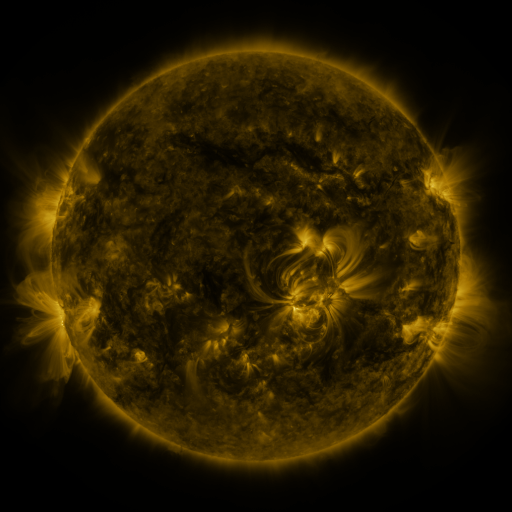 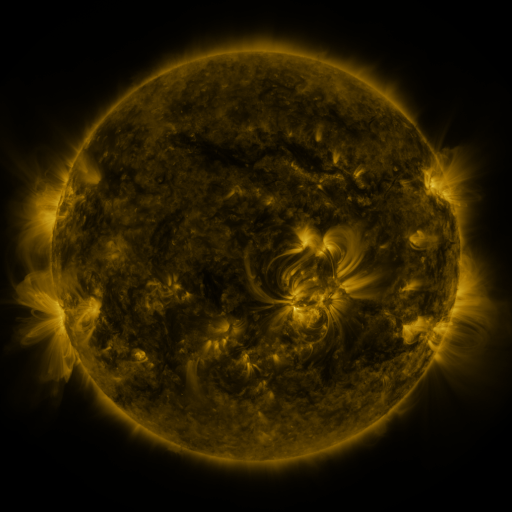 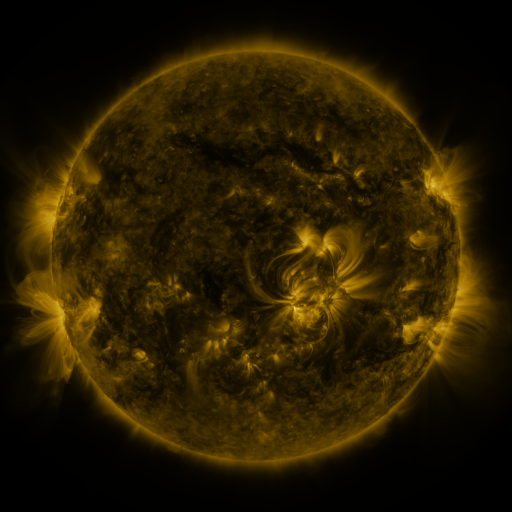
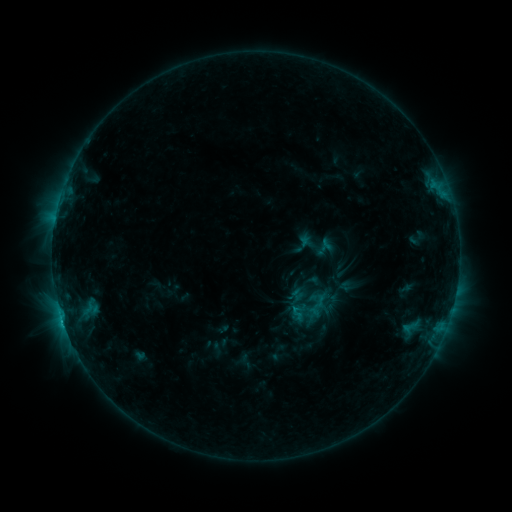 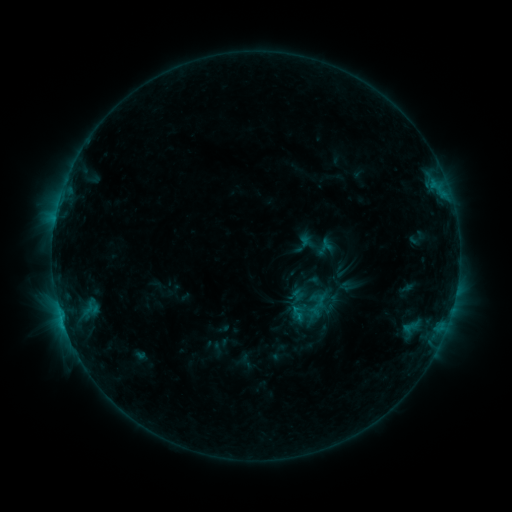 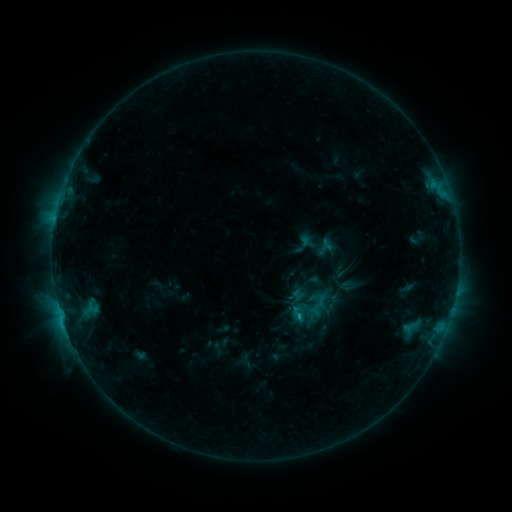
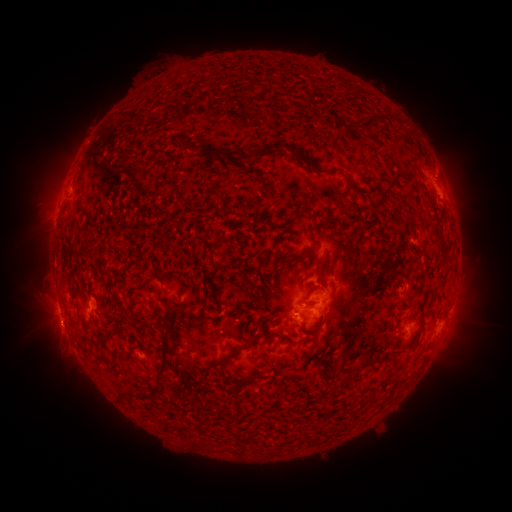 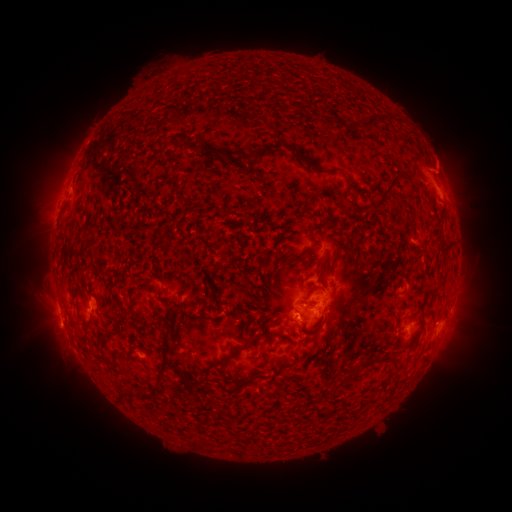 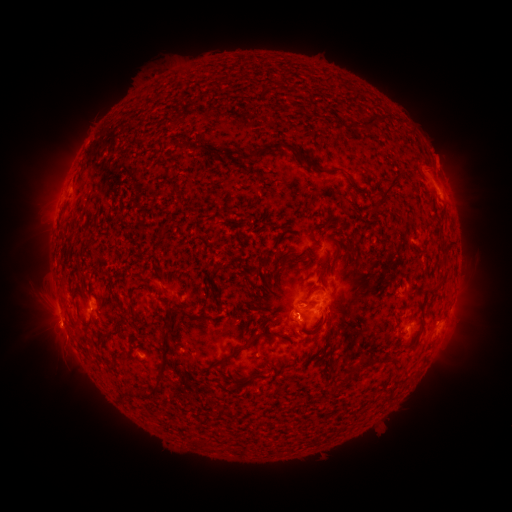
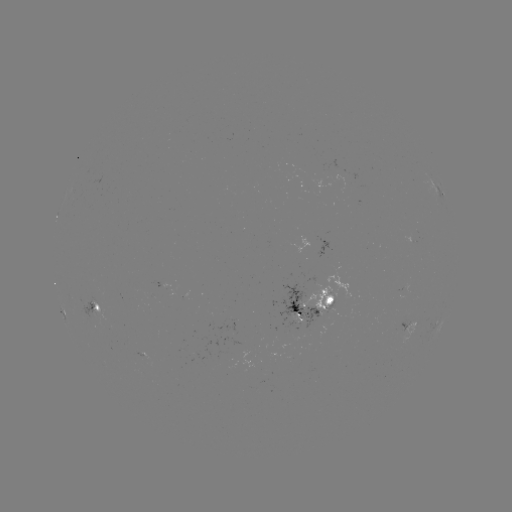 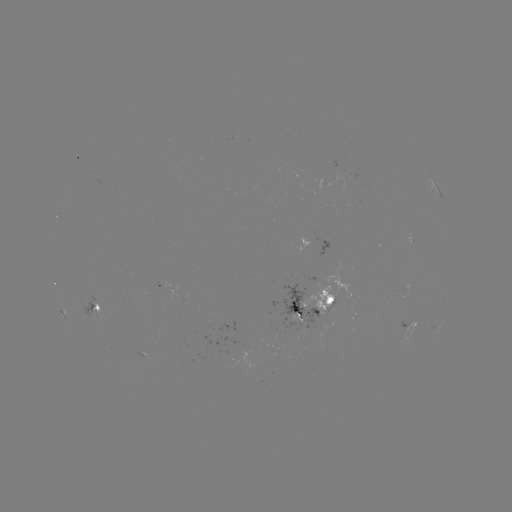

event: eruption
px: (446, 165)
